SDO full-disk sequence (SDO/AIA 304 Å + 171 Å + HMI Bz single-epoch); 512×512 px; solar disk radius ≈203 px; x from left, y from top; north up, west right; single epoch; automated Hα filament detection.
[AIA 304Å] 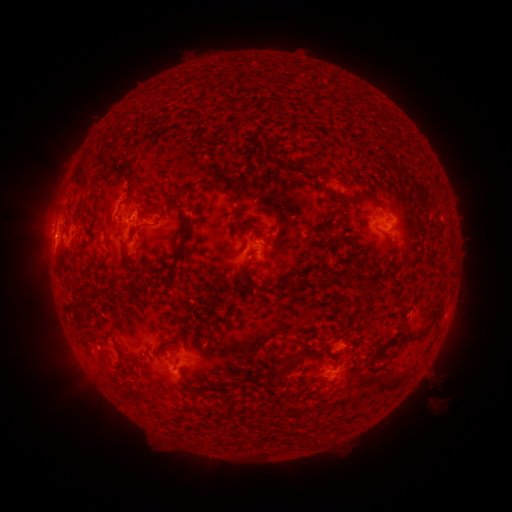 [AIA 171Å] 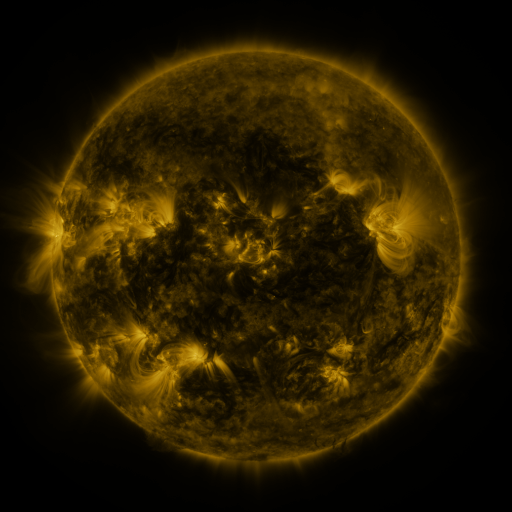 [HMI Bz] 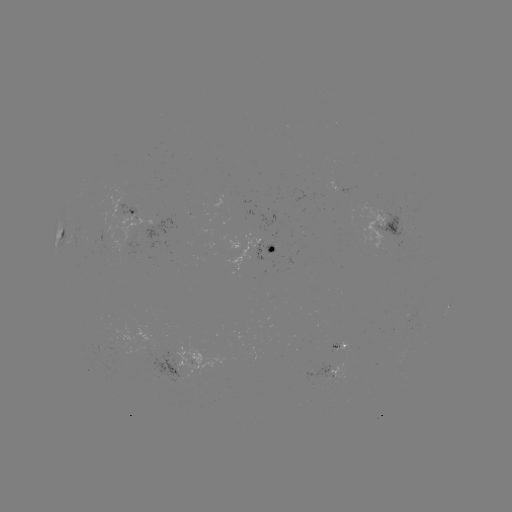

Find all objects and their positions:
filament: [115, 127, 129, 136]
filament: [168, 127, 187, 139]
filament: [243, 144, 250, 154]
filament: [283, 156, 305, 170]
filament: [122, 173, 134, 183]
filament: [198, 180, 218, 190]
filament: [124, 183, 136, 198]
filament: [355, 190, 366, 203]
filament: [227, 194, 241, 206]
filament: [337, 207, 346, 220]
filament: [238, 222, 261, 231]
filament: [133, 223, 149, 231]
filament: [181, 231, 190, 243]
filament: [385, 232, 395, 239]
filament: [158, 250, 183, 283]
filament: [332, 276, 342, 282]
filament: [246, 277, 259, 289]
filament: [276, 279, 291, 299]
filament: [82, 291, 107, 301]
filament: [388, 294, 446, 346]
filament: [75, 303, 85, 311]
filament: [161, 340, 171, 347]
filament: [278, 350, 306, 377]
filament: [351, 350, 359, 367]
filament: [314, 435, 321, 444]
